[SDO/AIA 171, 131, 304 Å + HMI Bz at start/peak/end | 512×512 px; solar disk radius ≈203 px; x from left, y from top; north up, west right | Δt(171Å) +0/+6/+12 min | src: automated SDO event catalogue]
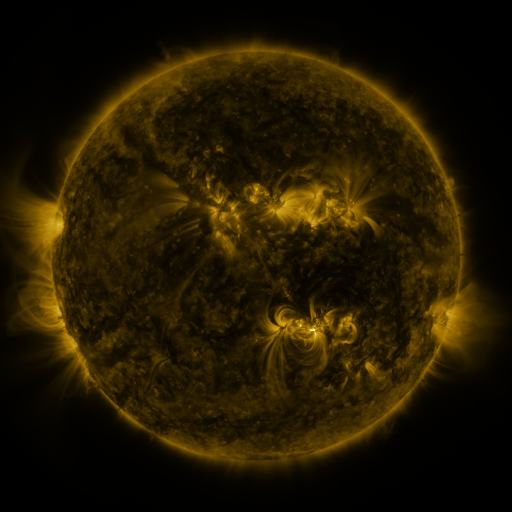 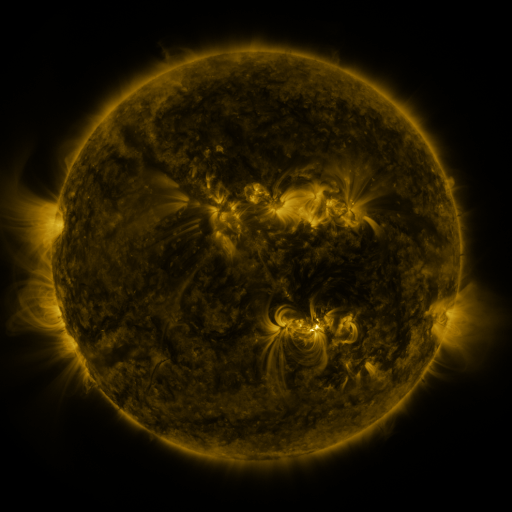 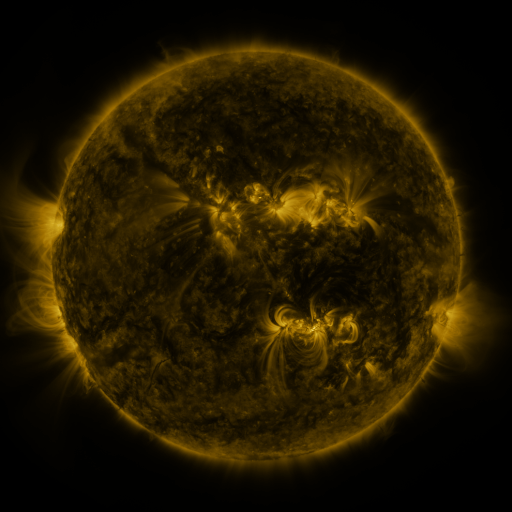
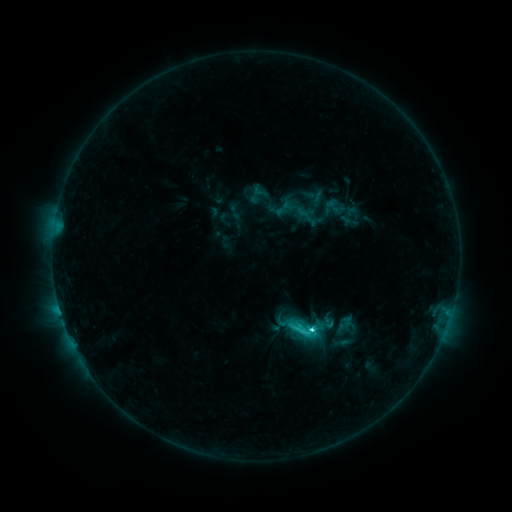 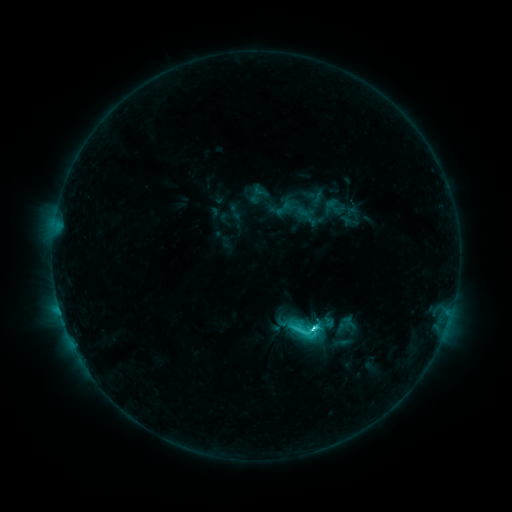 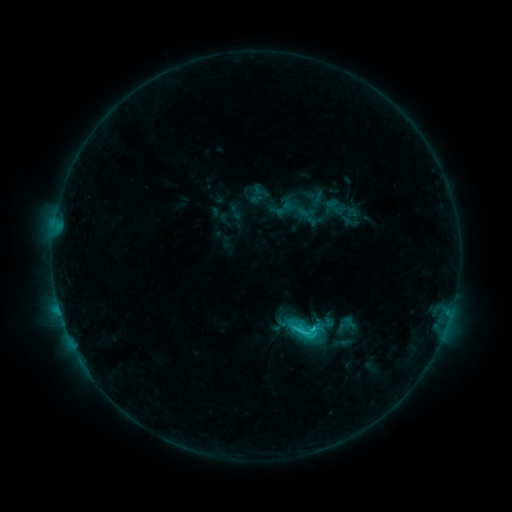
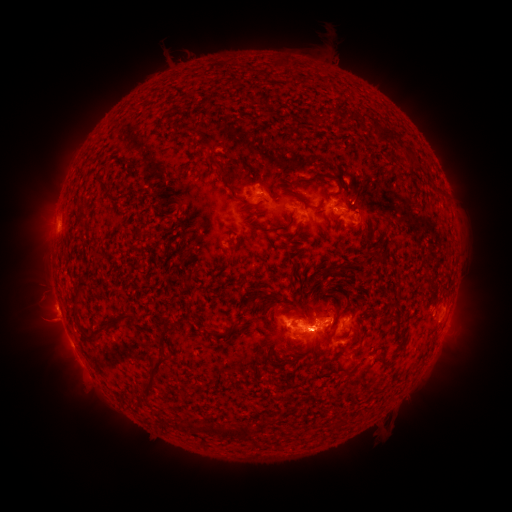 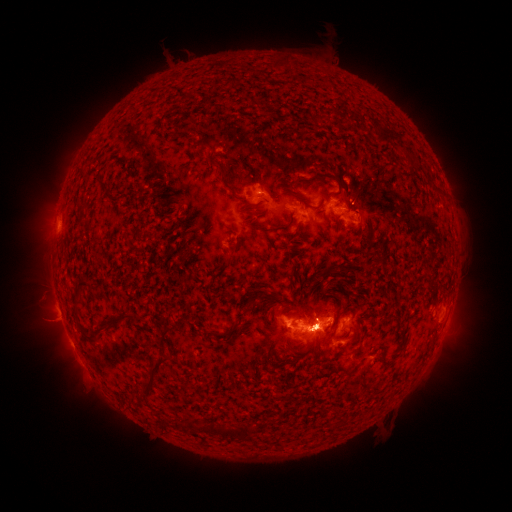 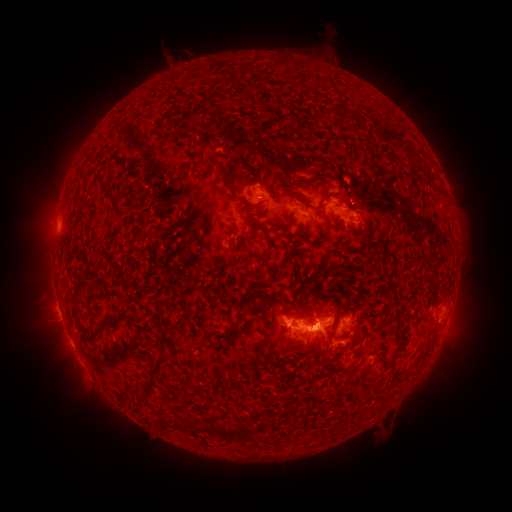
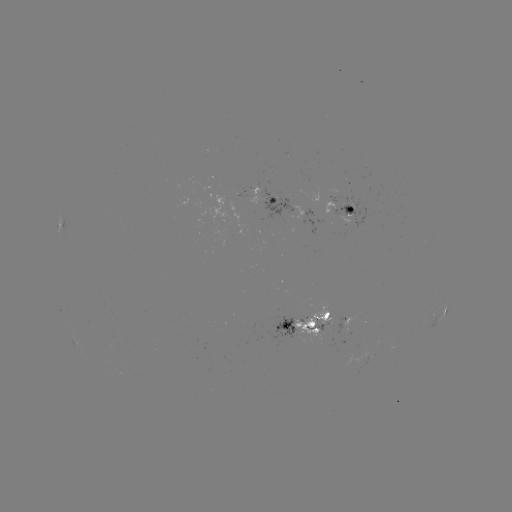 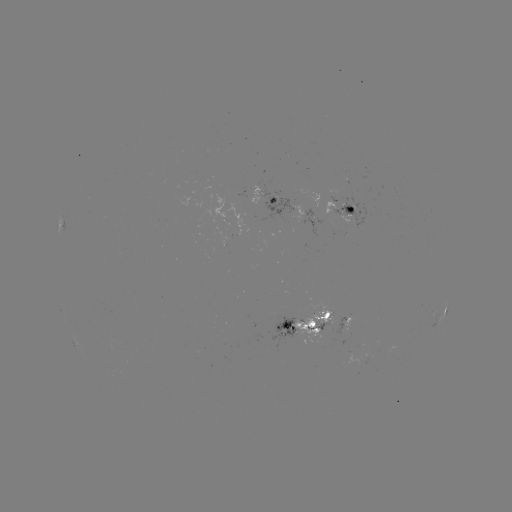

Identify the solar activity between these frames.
eruption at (318, 314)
